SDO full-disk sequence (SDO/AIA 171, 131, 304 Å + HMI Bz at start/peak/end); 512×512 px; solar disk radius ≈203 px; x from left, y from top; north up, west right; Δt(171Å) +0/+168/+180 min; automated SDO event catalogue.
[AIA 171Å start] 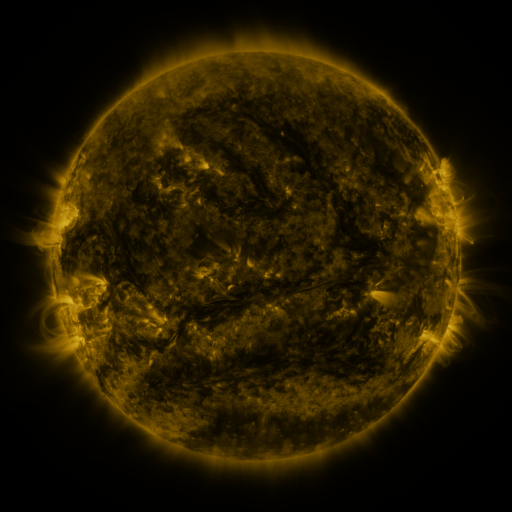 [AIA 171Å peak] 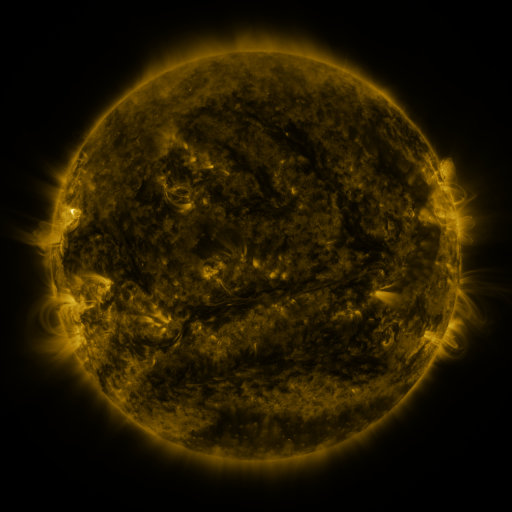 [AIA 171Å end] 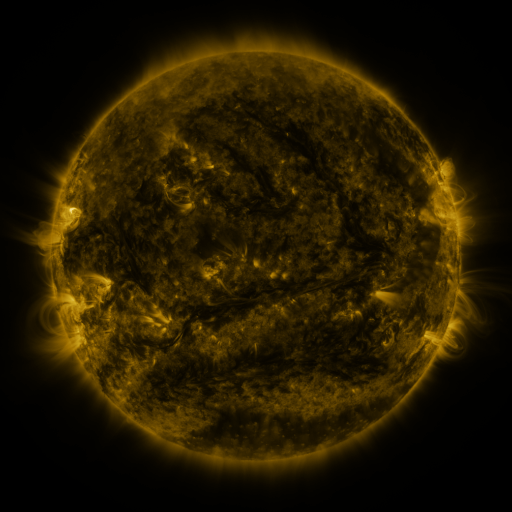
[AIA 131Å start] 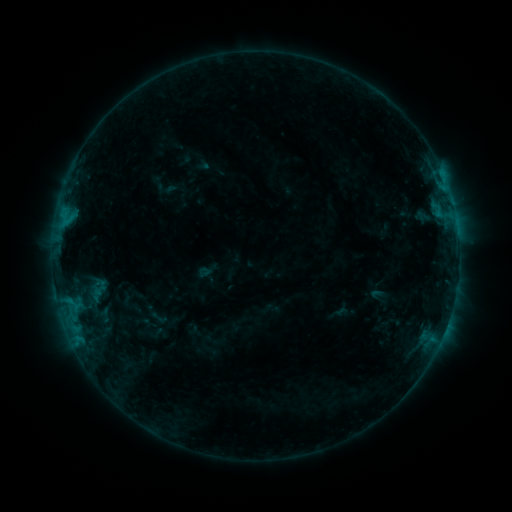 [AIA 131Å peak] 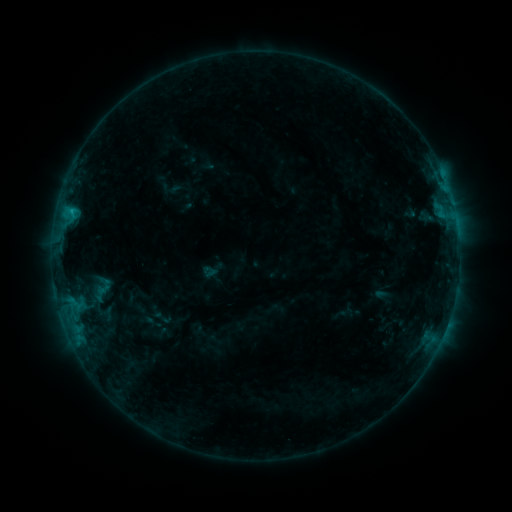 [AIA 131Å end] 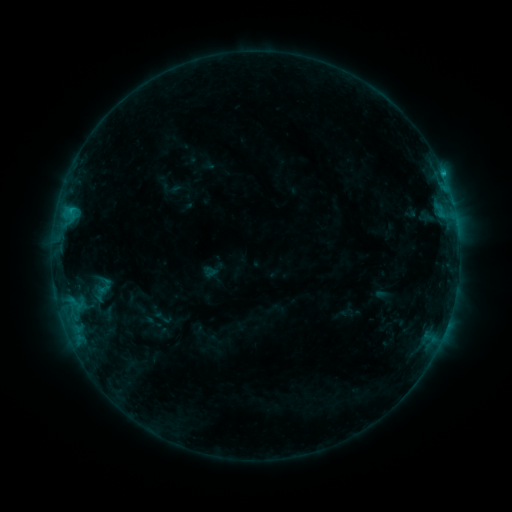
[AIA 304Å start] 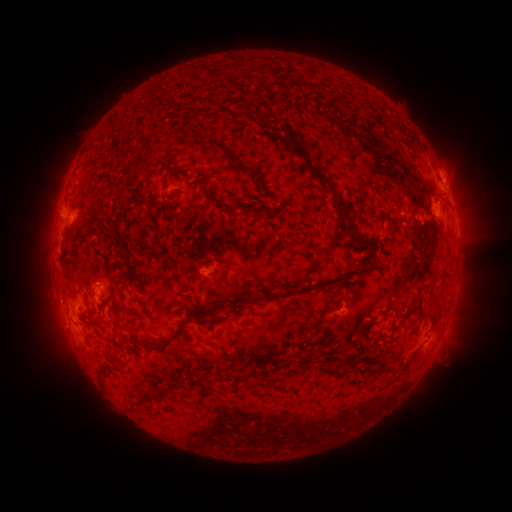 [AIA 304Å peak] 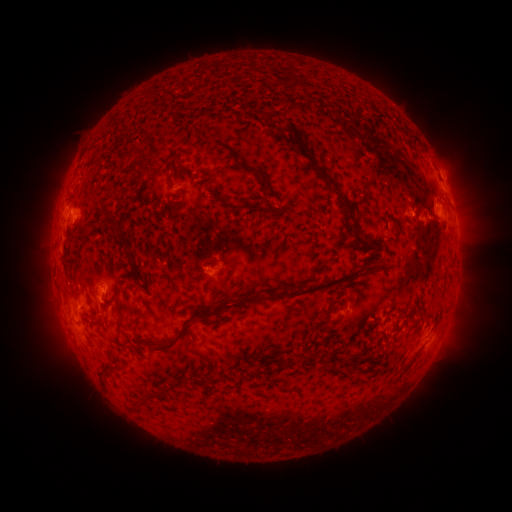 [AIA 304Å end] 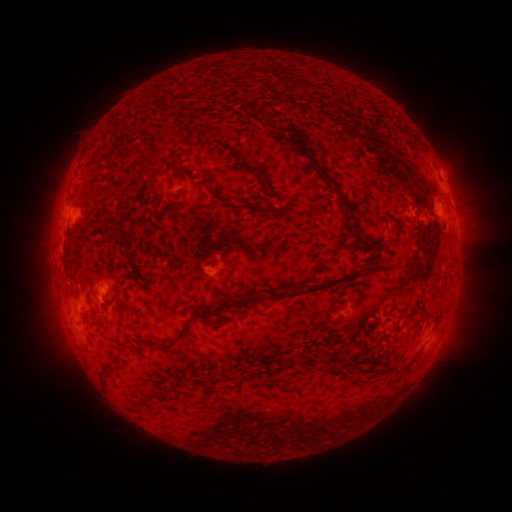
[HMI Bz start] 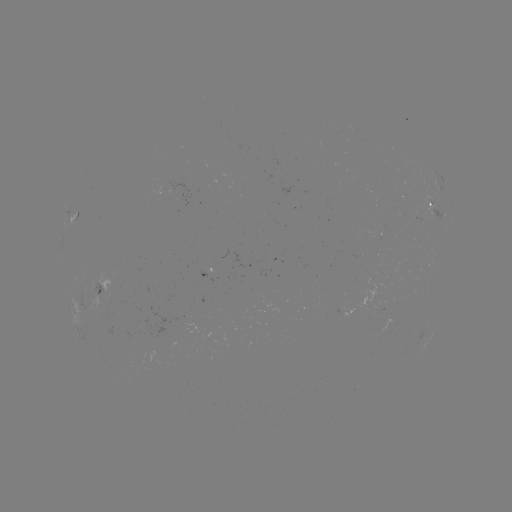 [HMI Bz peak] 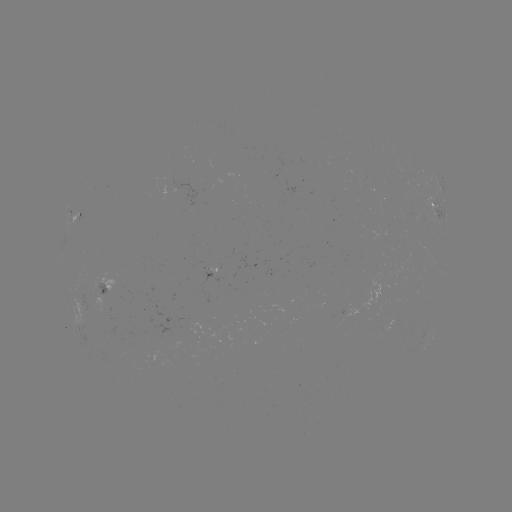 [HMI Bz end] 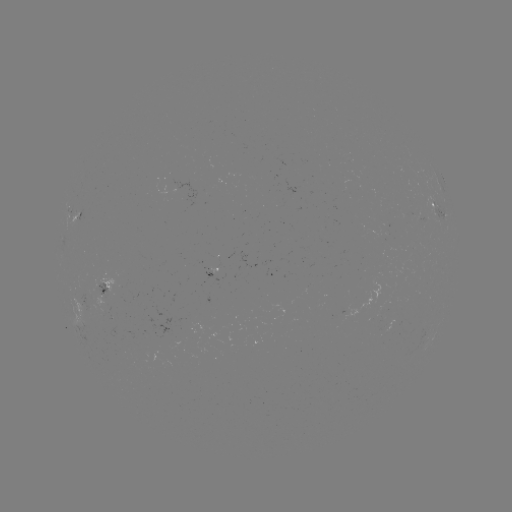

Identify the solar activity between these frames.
emerging-flux region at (99, 286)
